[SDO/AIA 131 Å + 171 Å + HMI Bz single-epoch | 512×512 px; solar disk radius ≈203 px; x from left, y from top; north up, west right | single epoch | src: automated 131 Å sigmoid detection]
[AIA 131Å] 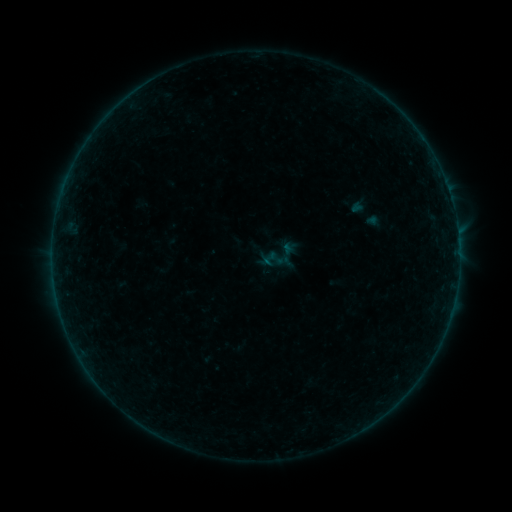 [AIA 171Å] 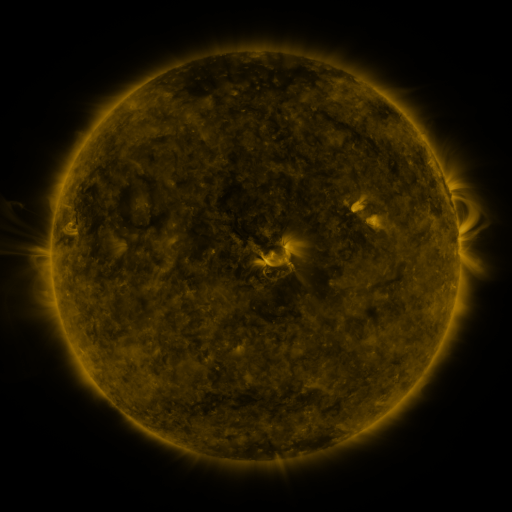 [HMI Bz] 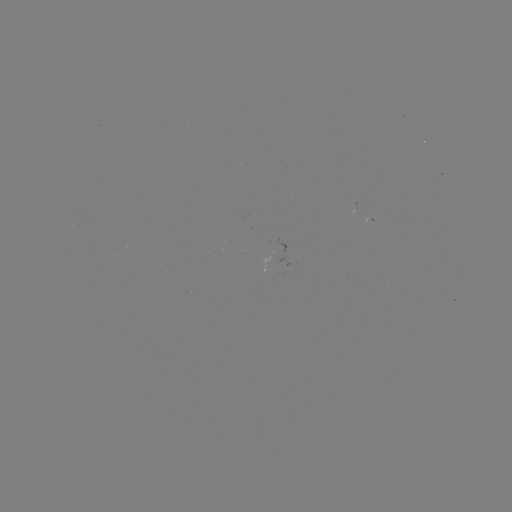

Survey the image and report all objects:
sigmoid: (269, 259)
